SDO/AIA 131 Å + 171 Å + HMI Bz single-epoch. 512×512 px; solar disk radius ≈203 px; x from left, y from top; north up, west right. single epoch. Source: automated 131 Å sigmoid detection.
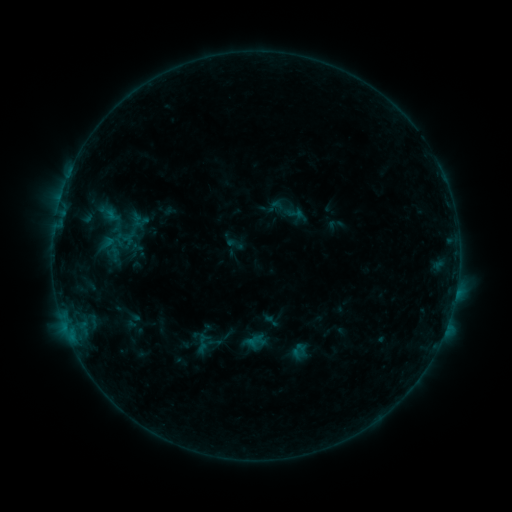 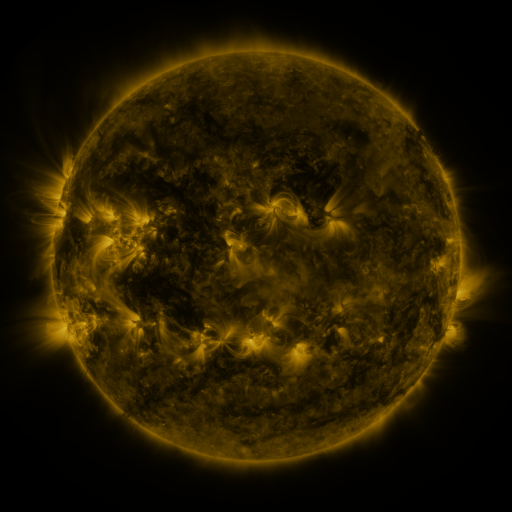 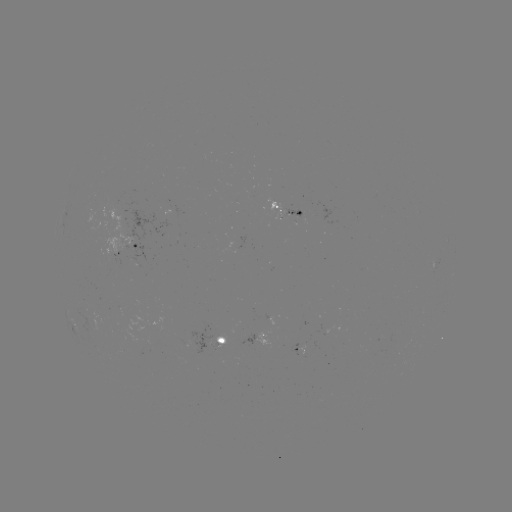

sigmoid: (285, 205, 306, 224)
